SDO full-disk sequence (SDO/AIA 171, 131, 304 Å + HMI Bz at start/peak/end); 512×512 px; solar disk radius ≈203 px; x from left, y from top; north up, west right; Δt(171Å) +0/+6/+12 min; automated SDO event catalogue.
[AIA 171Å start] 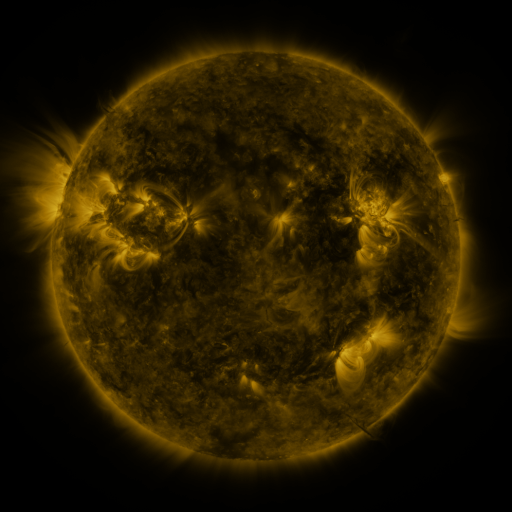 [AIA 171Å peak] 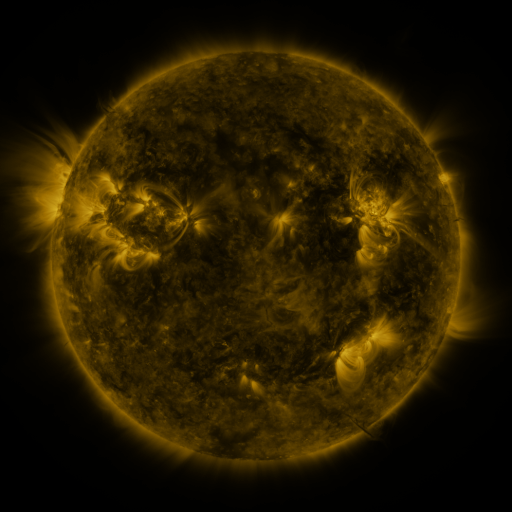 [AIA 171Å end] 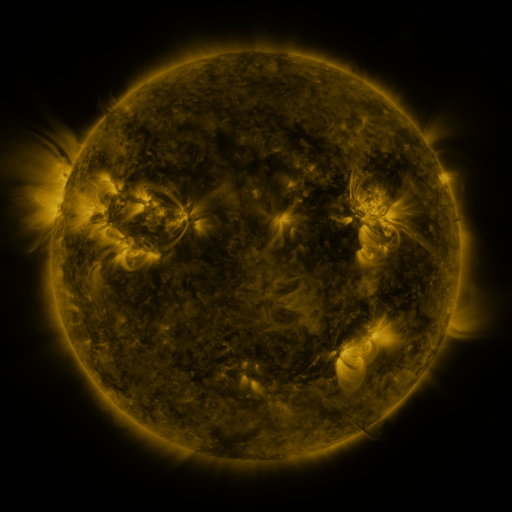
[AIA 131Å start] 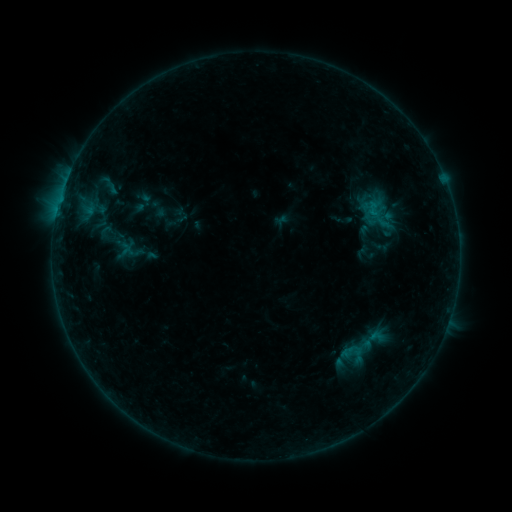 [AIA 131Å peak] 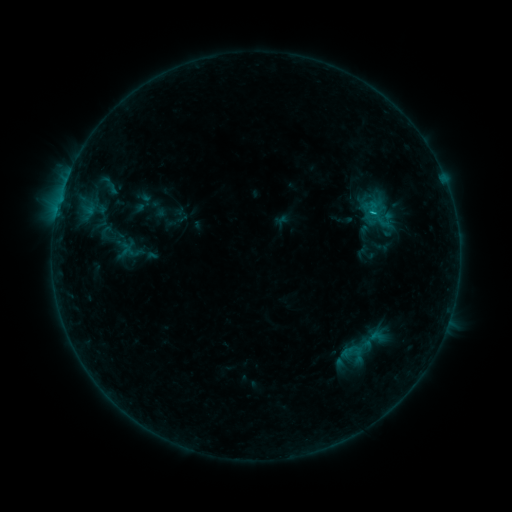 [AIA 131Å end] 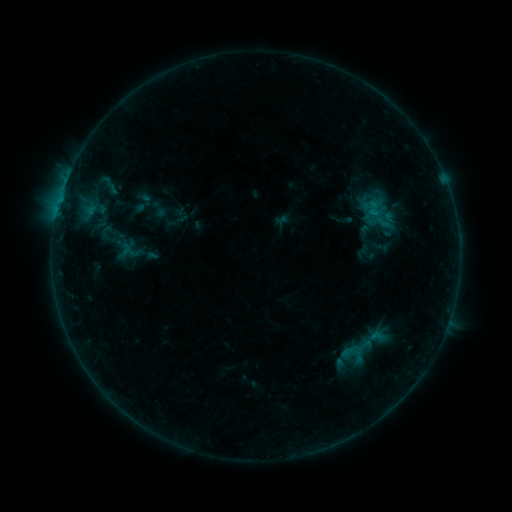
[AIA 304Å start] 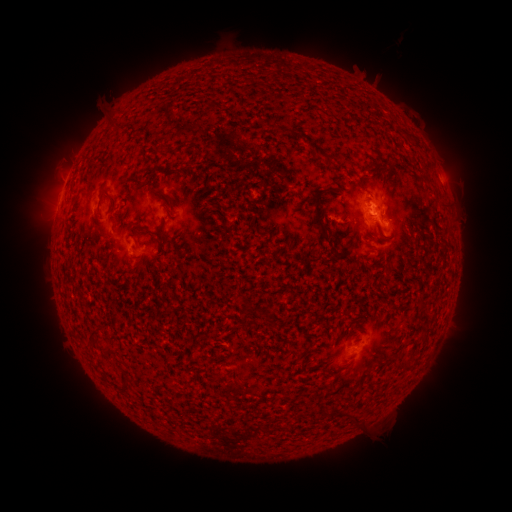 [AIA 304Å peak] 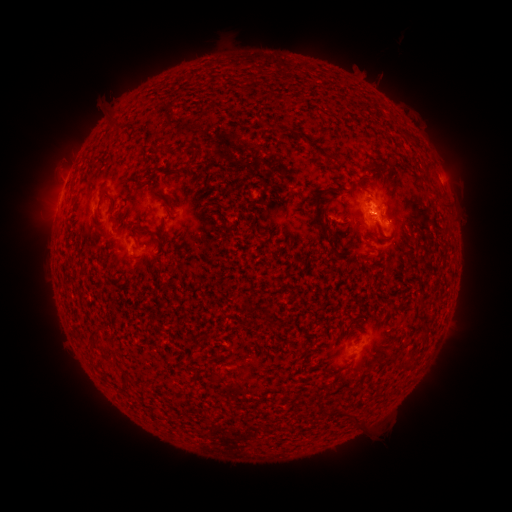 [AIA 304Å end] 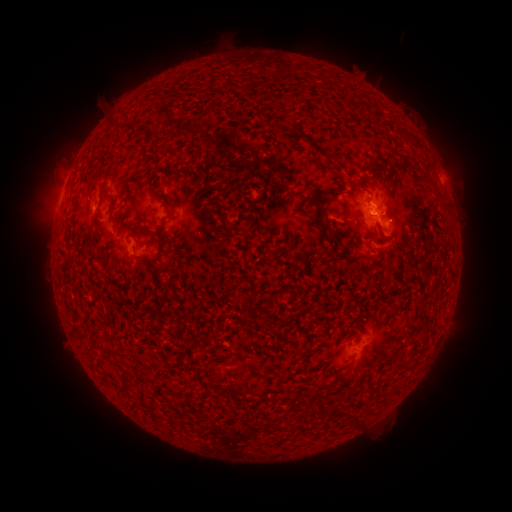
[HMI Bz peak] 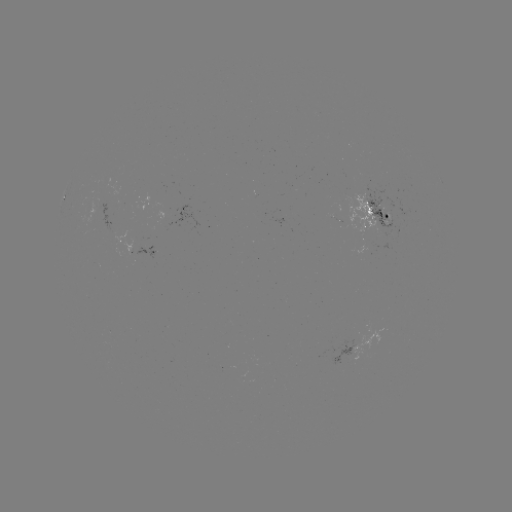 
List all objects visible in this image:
B5.5 flare: (370, 216)
